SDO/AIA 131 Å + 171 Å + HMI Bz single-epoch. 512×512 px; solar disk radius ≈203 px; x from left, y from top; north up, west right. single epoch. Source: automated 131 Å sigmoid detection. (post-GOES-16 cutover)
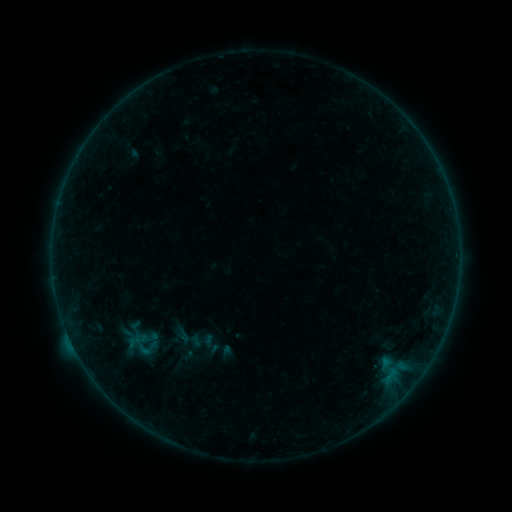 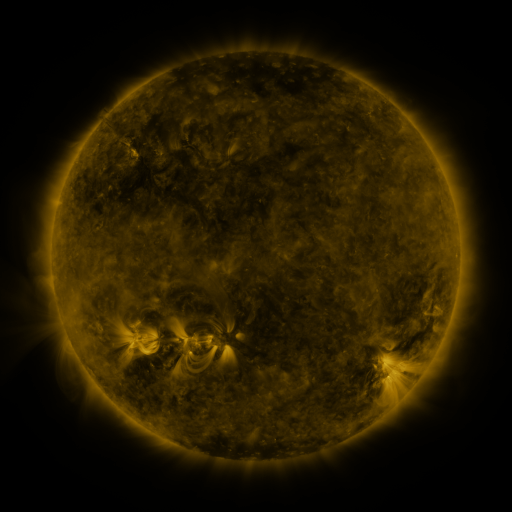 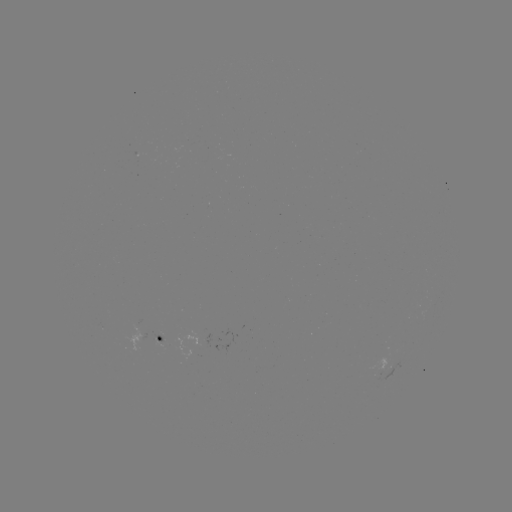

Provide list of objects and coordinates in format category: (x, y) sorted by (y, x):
sigmoid: (192, 340)
sigmoid: (210, 344)
